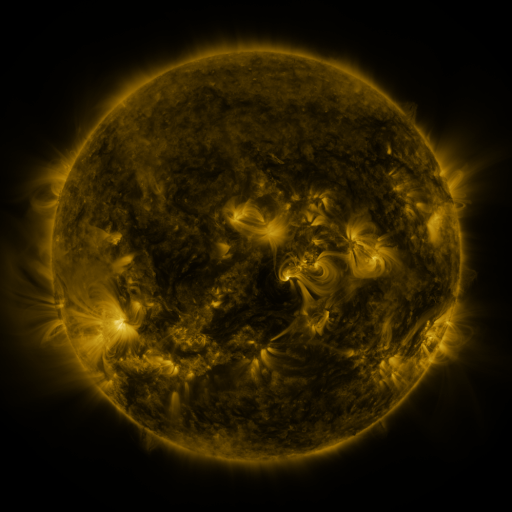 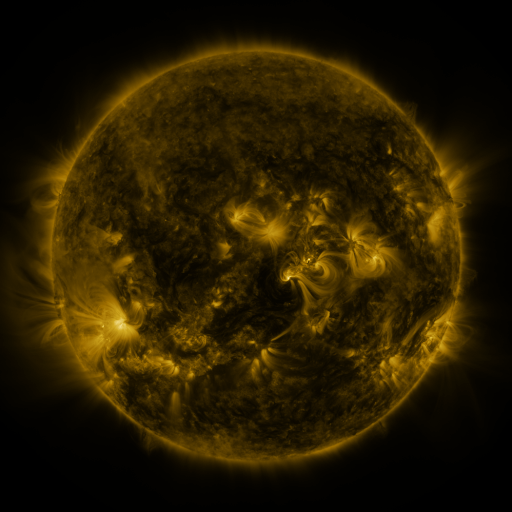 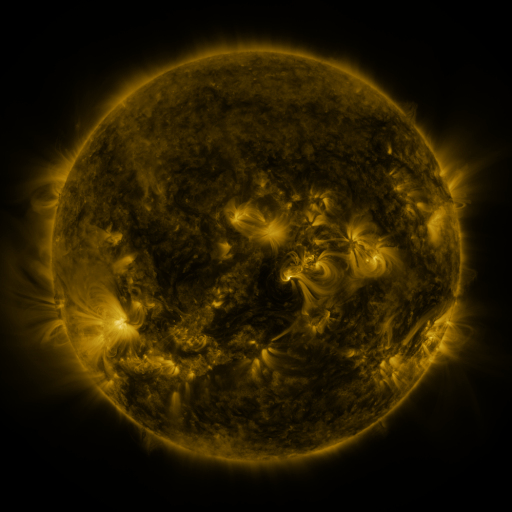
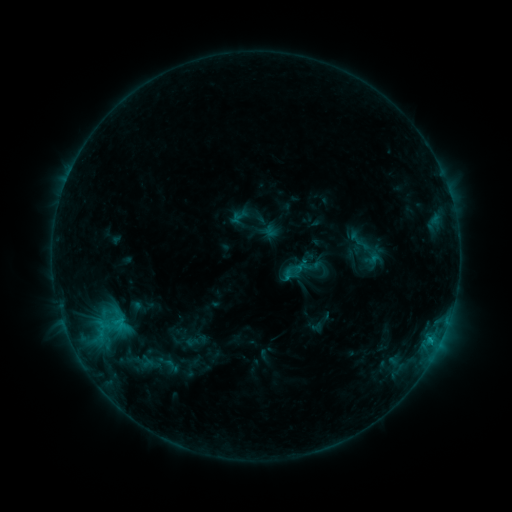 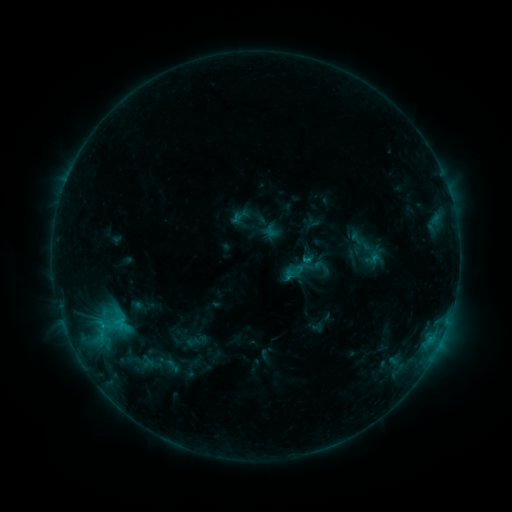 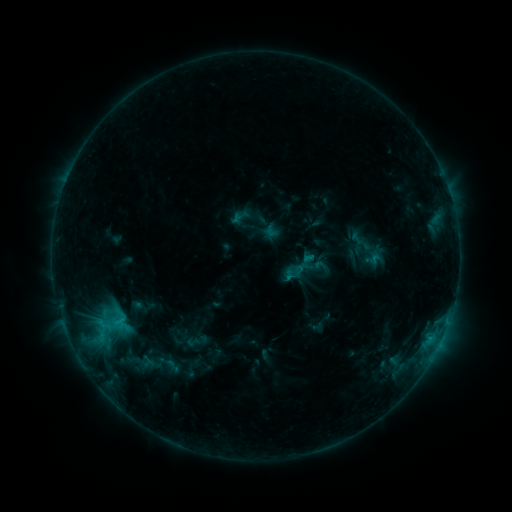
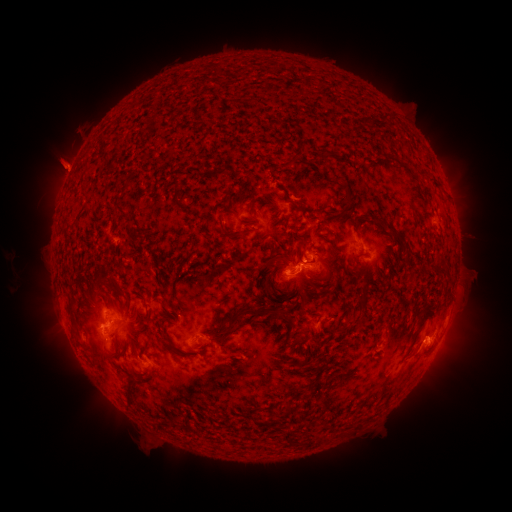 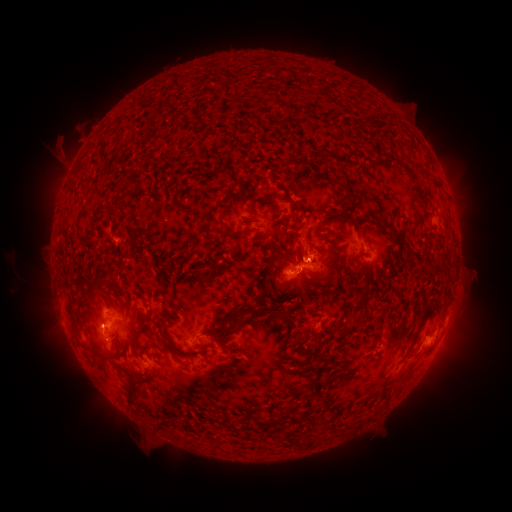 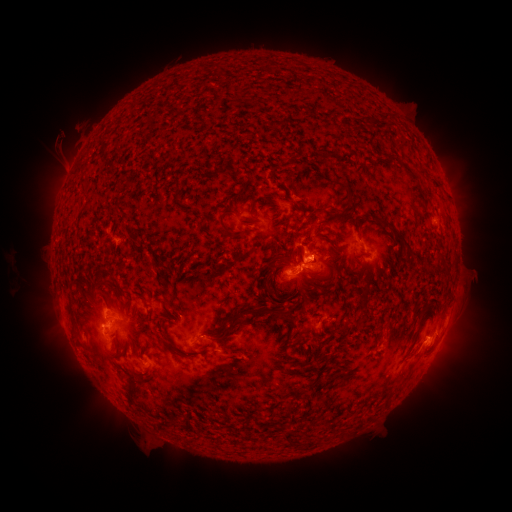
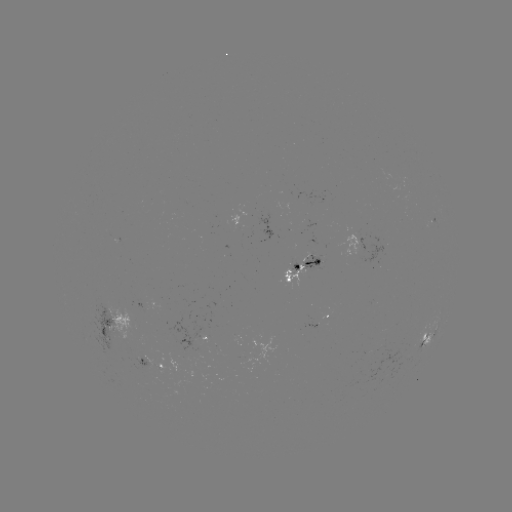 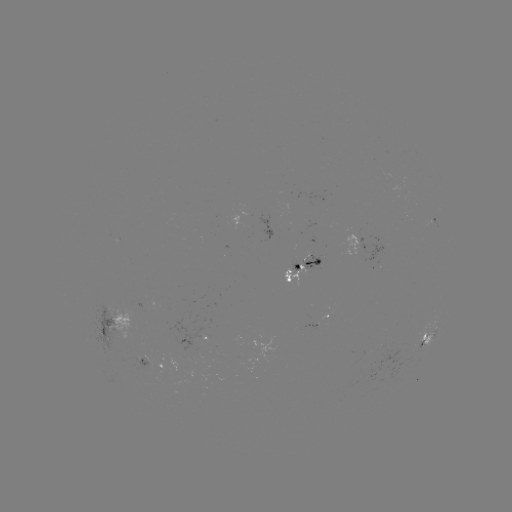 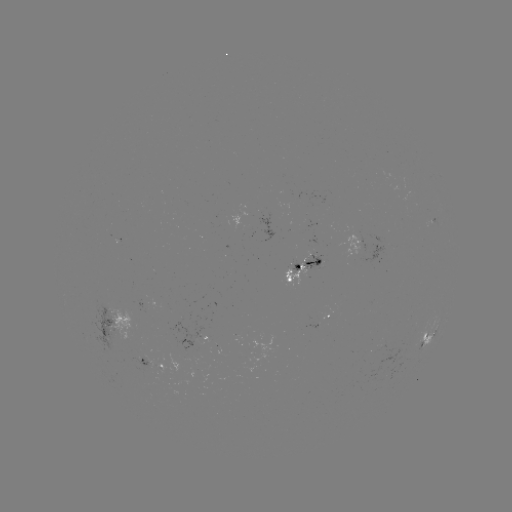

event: eruption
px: (303, 239)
